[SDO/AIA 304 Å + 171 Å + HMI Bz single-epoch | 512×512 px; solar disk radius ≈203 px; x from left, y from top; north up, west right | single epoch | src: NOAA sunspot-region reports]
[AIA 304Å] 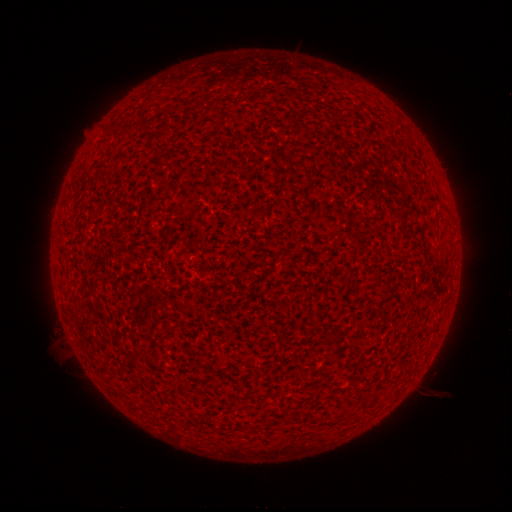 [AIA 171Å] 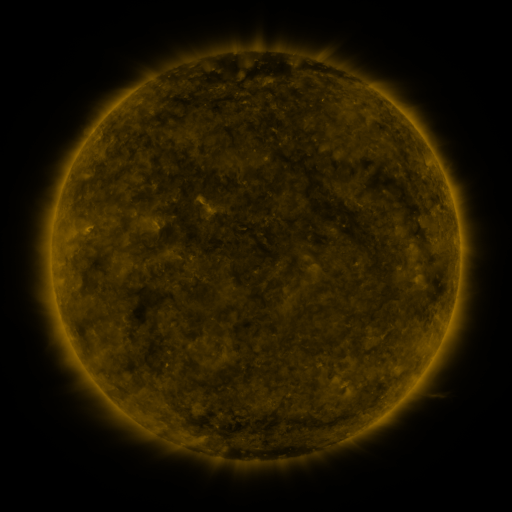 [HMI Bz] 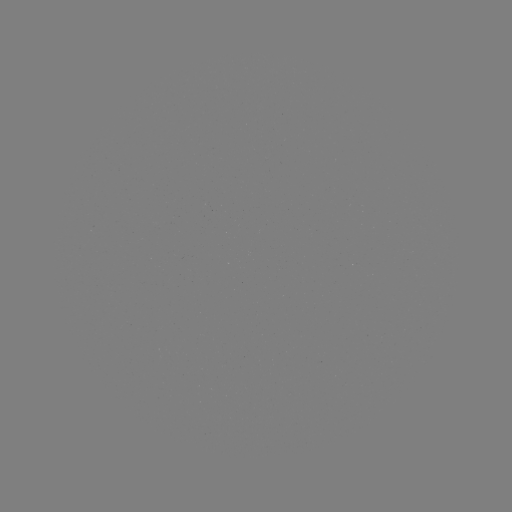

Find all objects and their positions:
(none)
